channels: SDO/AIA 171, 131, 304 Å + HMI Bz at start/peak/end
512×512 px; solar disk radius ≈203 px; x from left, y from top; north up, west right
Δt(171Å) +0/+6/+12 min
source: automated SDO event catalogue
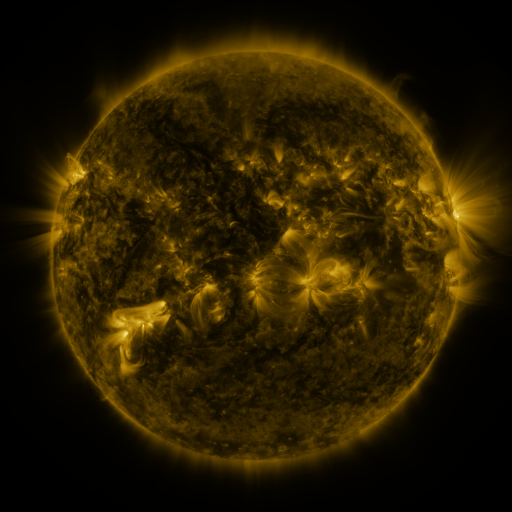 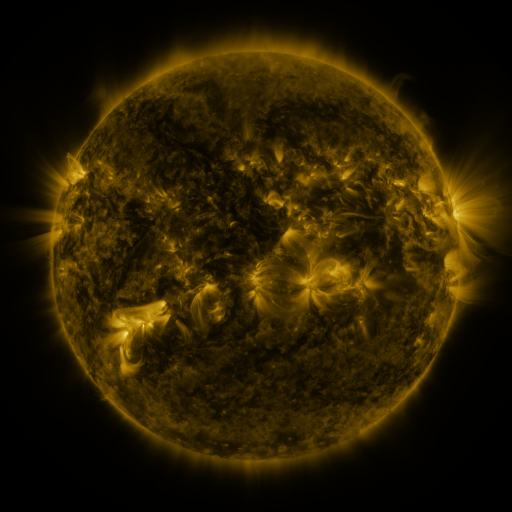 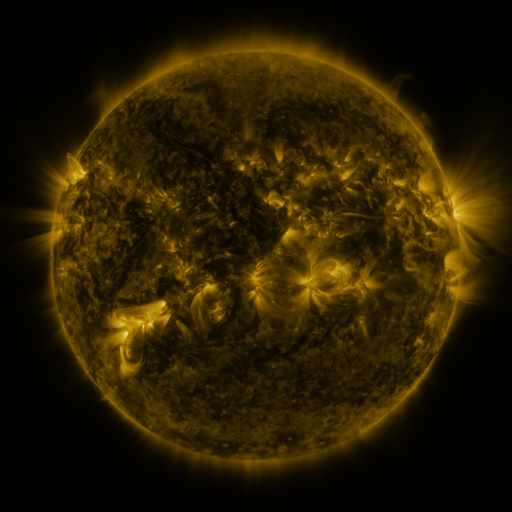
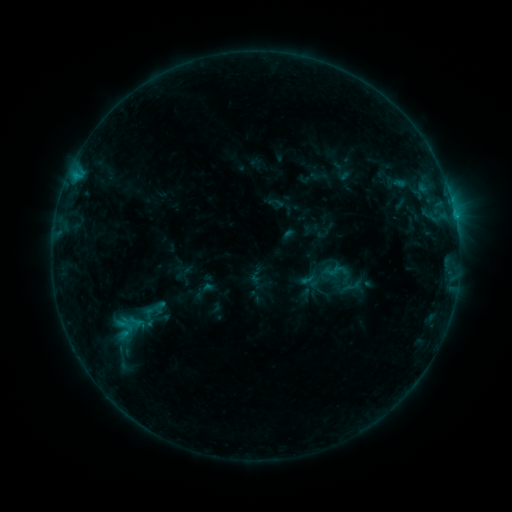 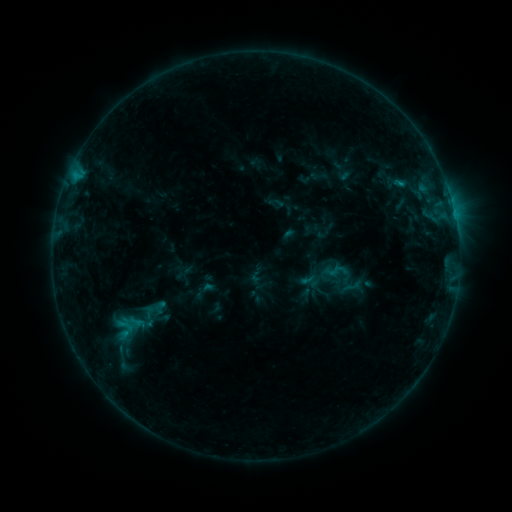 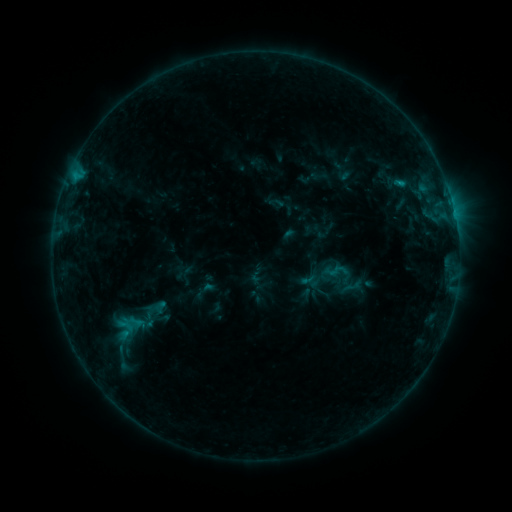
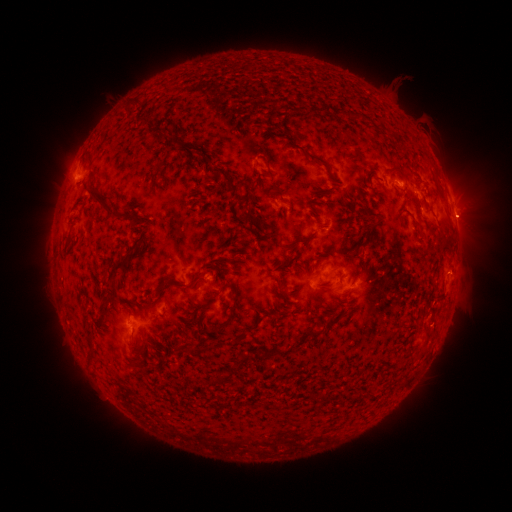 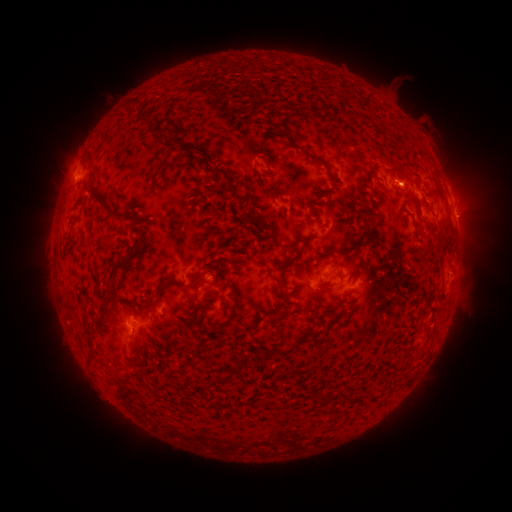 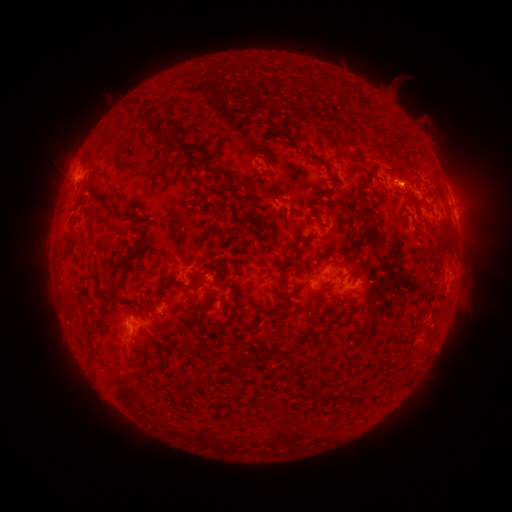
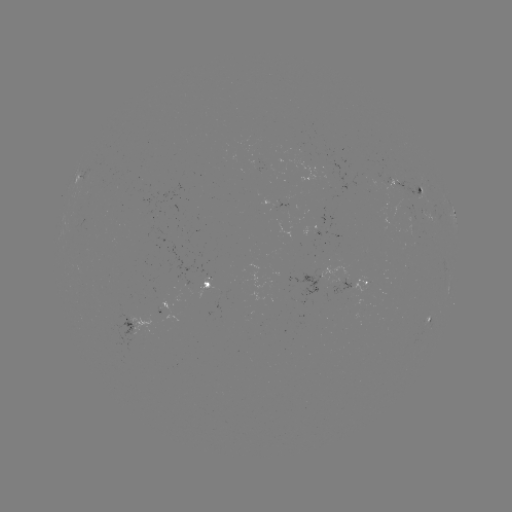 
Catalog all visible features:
B6.7 flare: (455, 217)
